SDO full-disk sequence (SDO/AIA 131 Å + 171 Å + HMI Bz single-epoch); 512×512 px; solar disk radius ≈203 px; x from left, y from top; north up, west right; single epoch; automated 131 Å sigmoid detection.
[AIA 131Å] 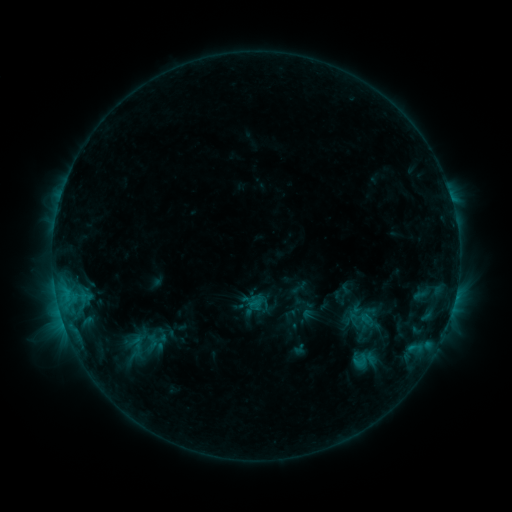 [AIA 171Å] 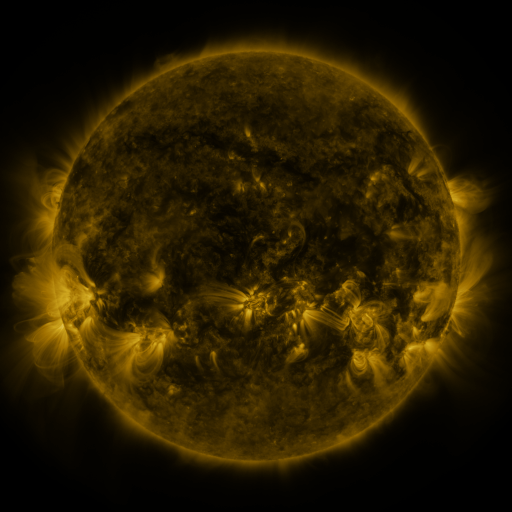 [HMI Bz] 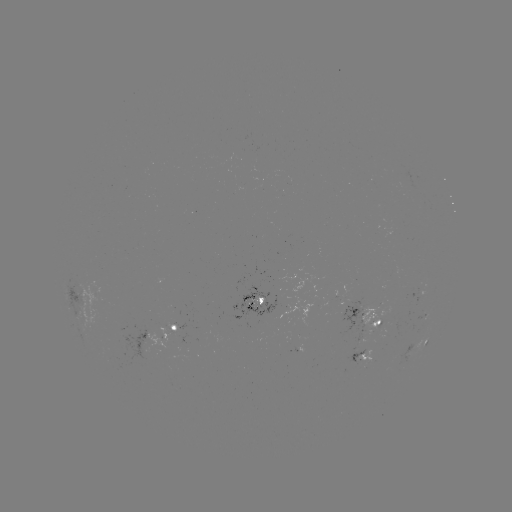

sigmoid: <bbox>140, 333, 163, 349</bbox>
